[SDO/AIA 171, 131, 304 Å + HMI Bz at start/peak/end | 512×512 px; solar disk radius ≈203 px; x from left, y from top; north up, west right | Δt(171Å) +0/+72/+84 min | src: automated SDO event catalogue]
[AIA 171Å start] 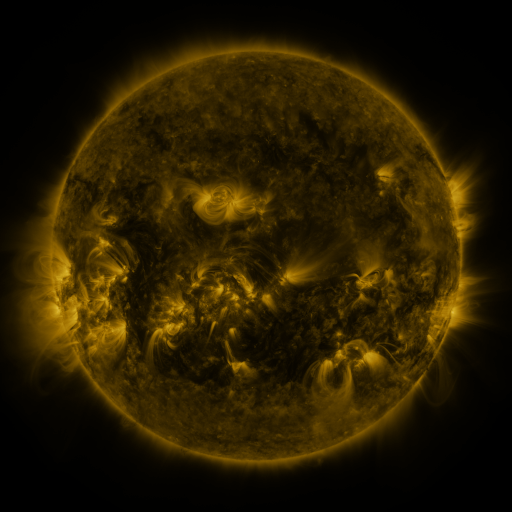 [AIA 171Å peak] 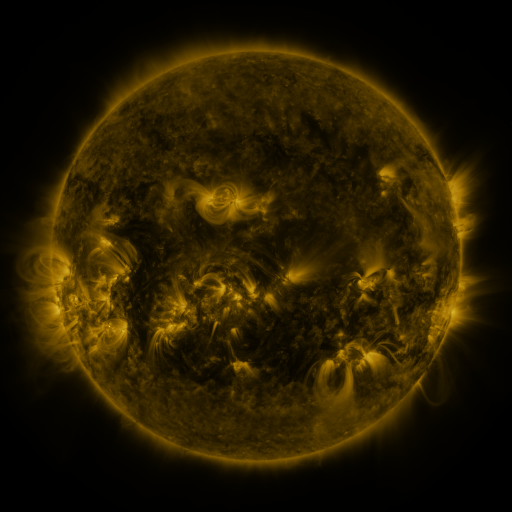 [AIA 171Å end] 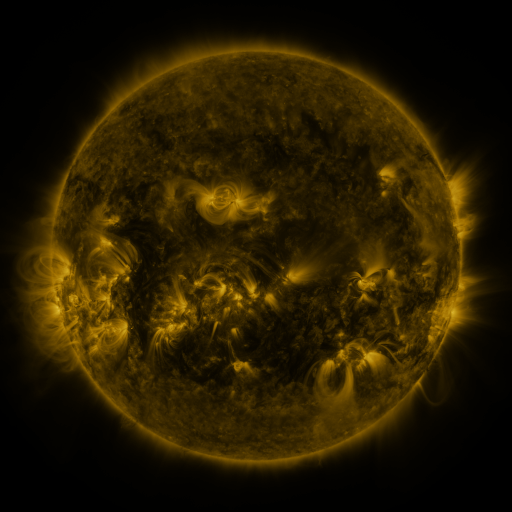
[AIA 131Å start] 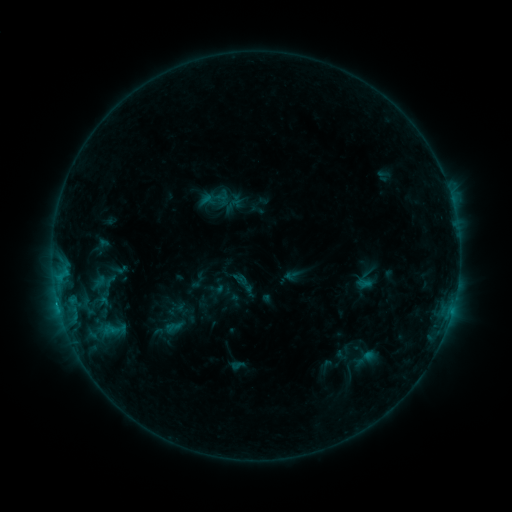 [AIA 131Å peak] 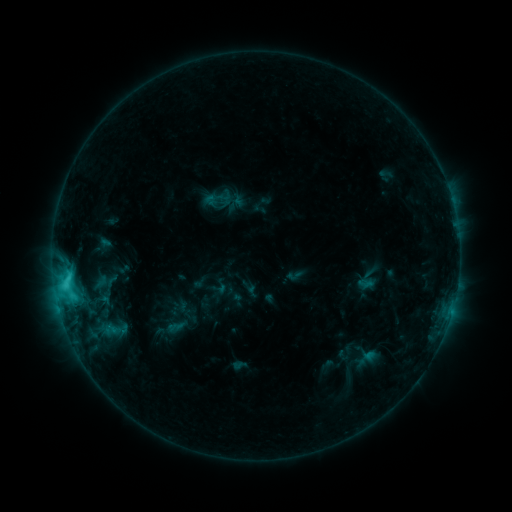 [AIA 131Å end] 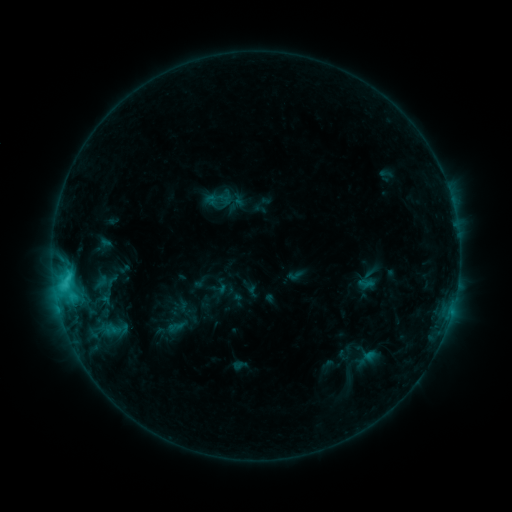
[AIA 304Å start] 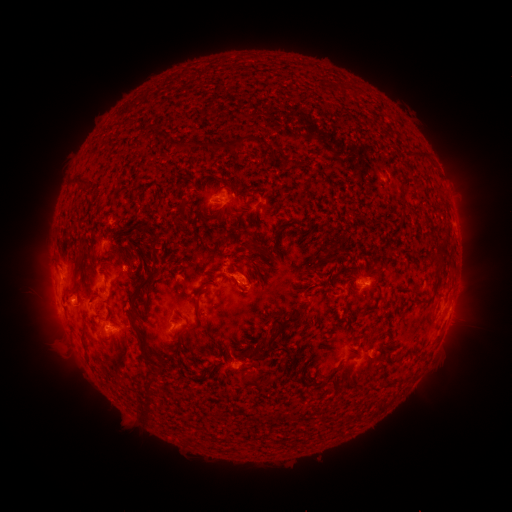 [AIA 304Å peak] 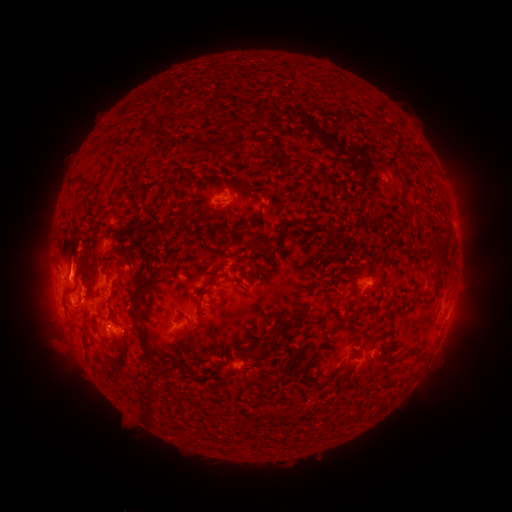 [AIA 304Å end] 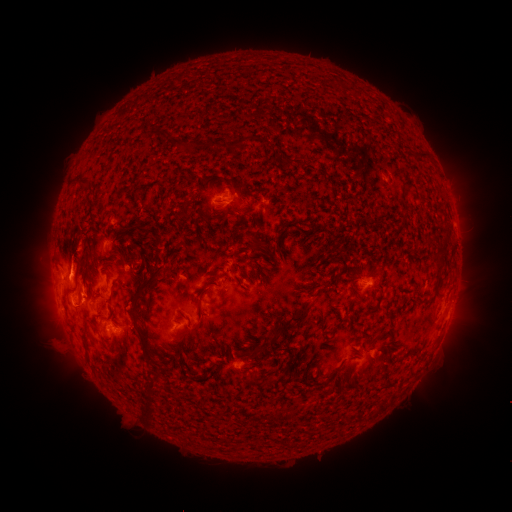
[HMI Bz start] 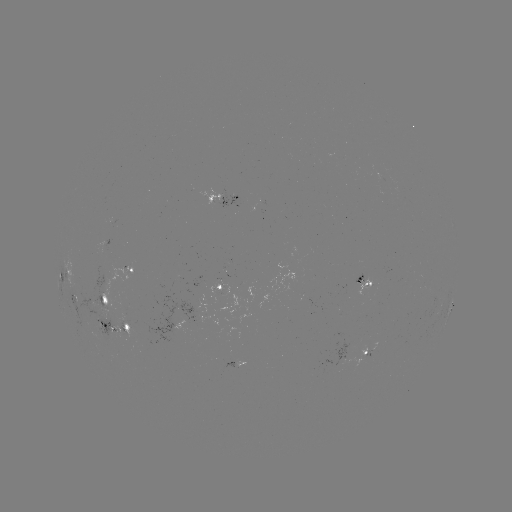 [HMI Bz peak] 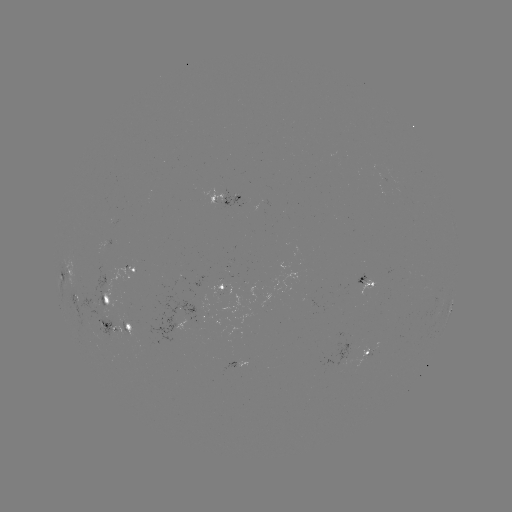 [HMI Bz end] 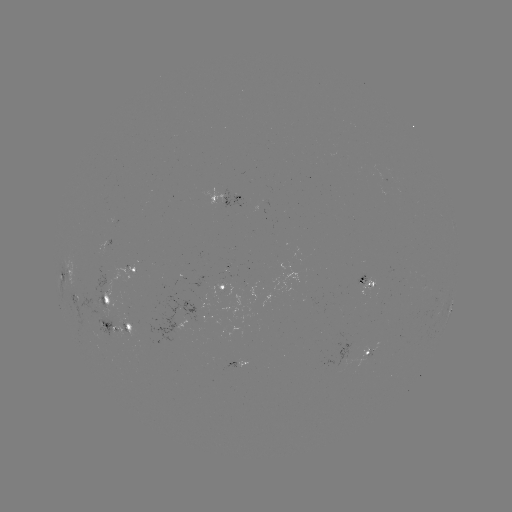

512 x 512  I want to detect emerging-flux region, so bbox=[68, 269, 124, 336].